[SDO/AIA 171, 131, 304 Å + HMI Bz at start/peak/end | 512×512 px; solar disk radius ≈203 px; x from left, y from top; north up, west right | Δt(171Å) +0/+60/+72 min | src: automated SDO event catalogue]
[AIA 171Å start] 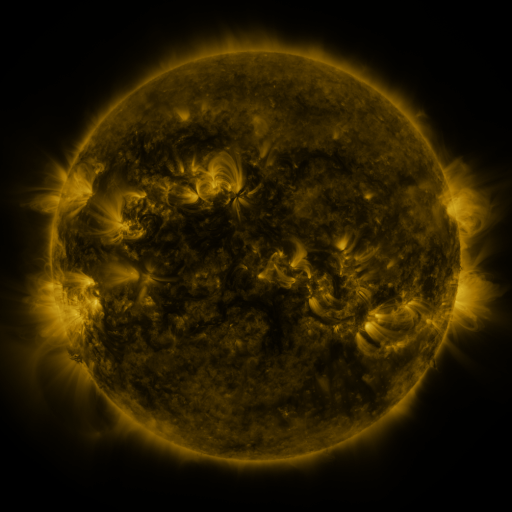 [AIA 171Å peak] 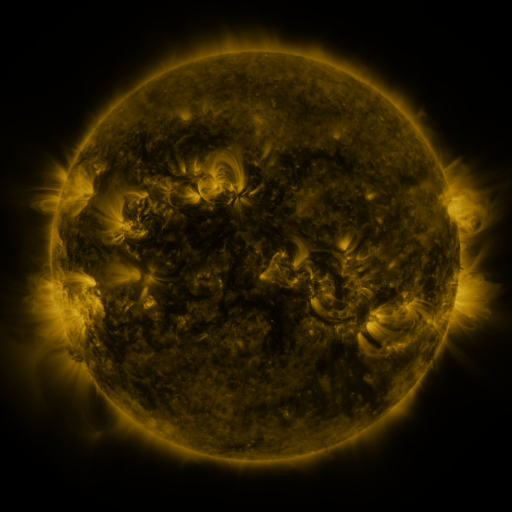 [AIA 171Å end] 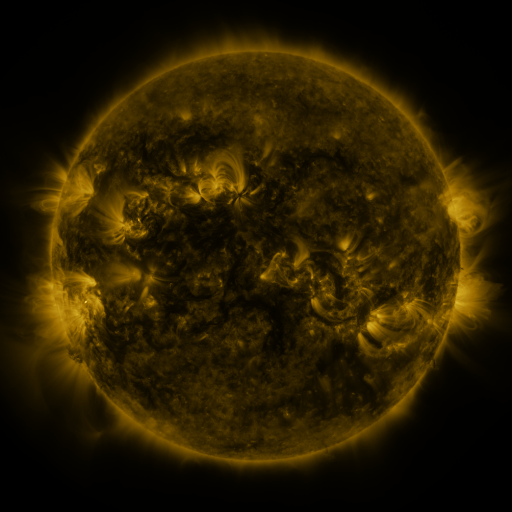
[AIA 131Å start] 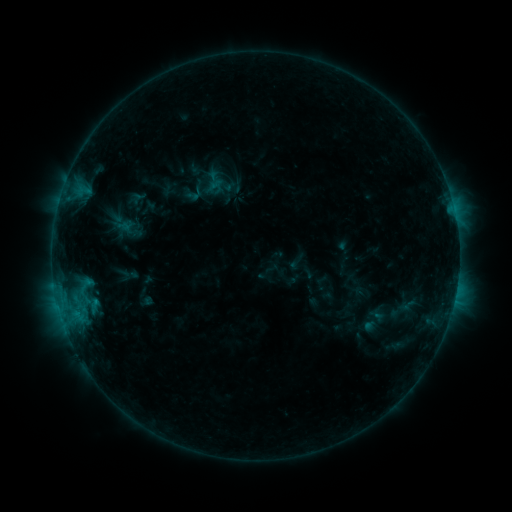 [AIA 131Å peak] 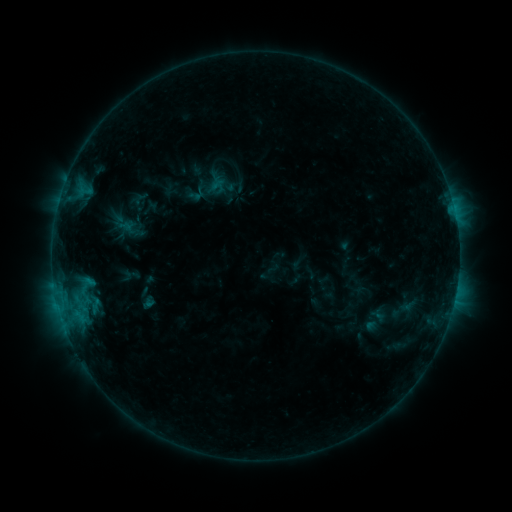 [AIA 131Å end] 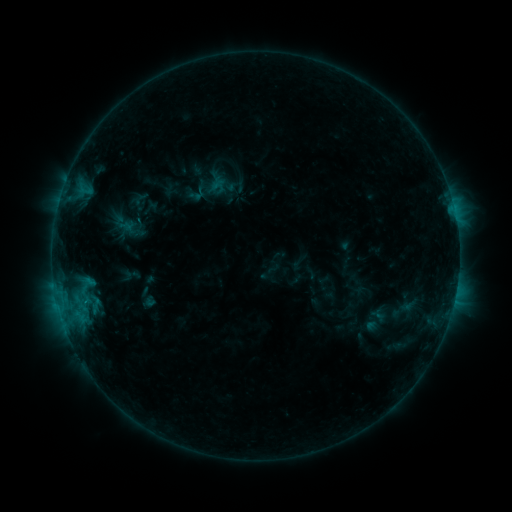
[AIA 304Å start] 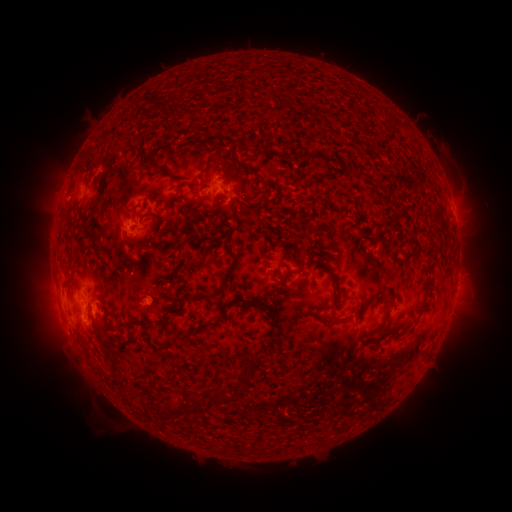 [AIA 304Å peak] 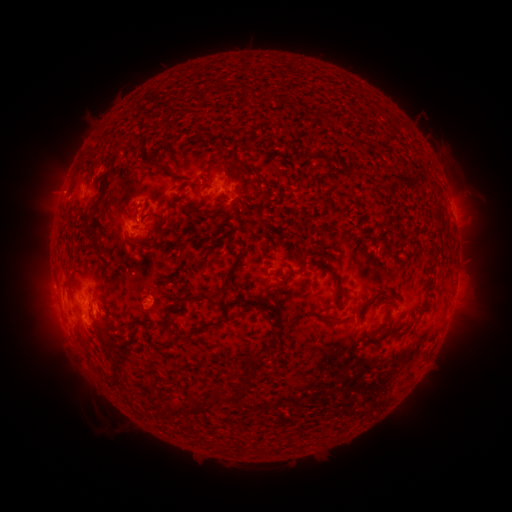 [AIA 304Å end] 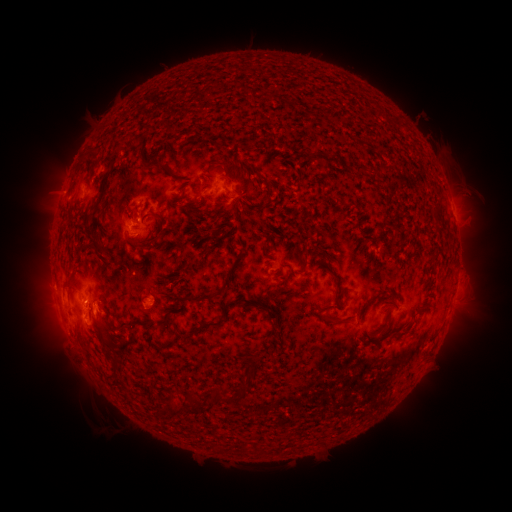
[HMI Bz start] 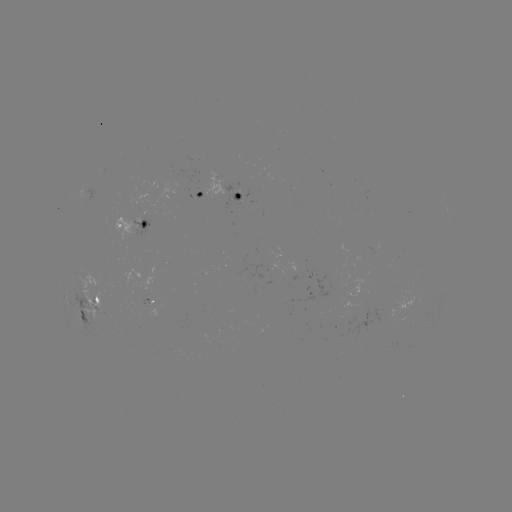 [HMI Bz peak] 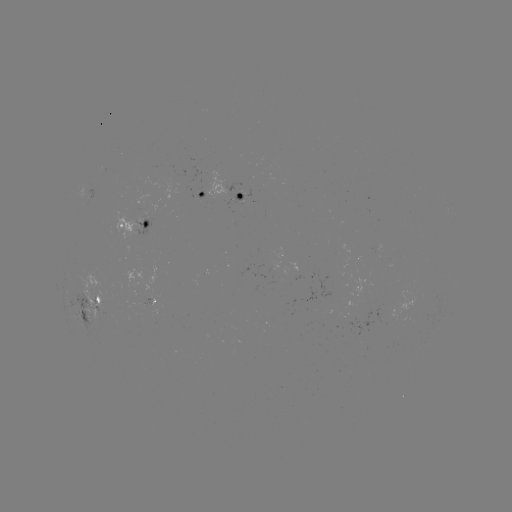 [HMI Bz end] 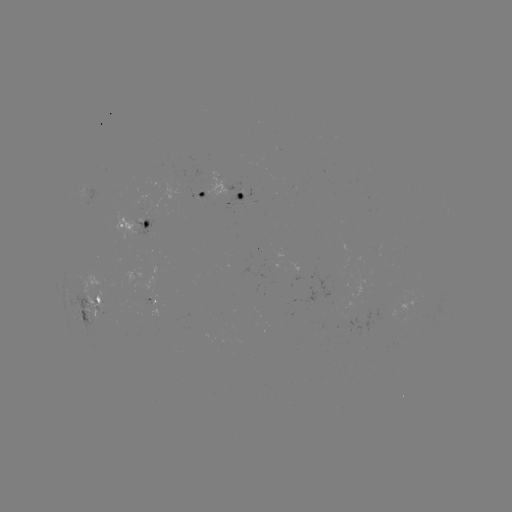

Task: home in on emerging-flux region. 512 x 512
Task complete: [145, 303].